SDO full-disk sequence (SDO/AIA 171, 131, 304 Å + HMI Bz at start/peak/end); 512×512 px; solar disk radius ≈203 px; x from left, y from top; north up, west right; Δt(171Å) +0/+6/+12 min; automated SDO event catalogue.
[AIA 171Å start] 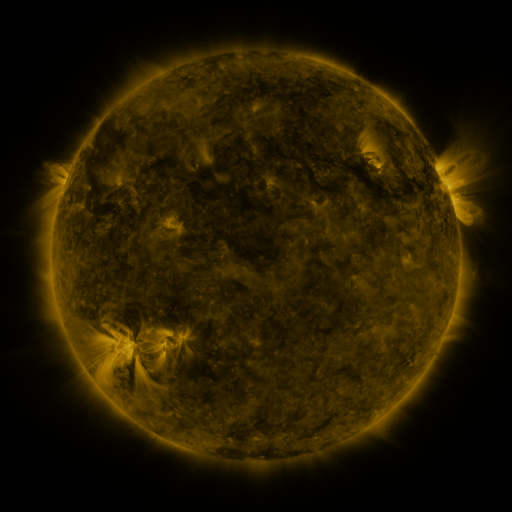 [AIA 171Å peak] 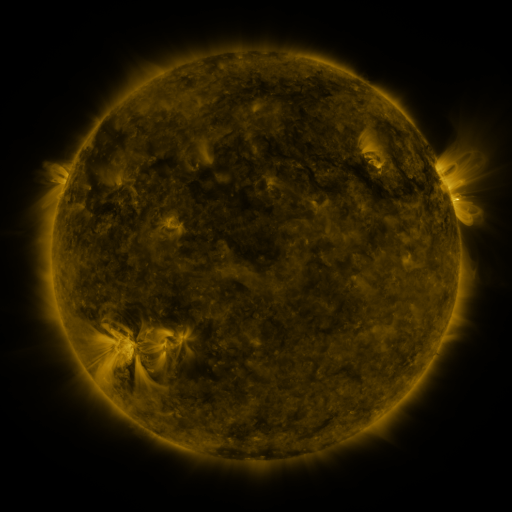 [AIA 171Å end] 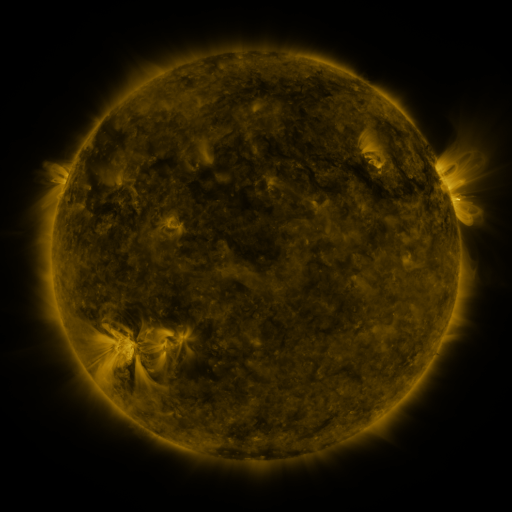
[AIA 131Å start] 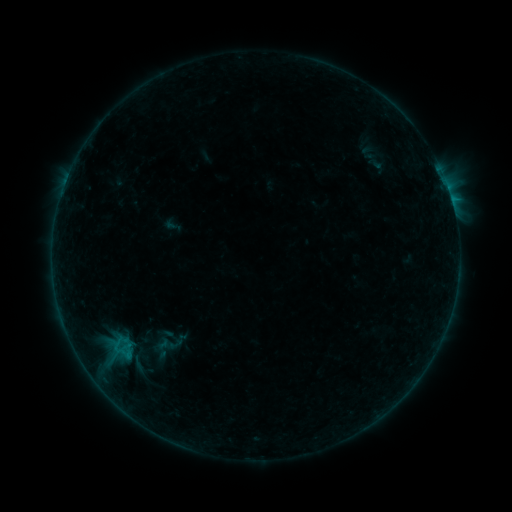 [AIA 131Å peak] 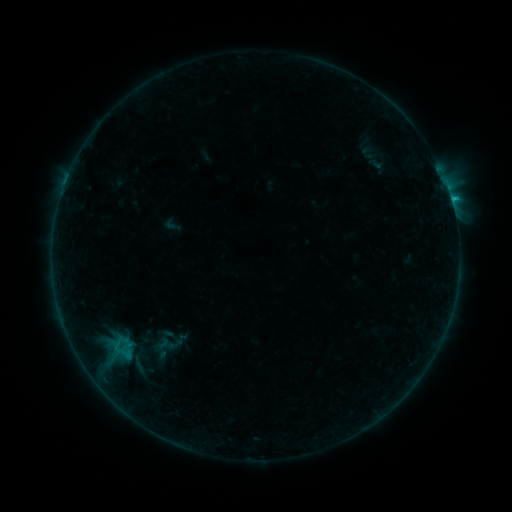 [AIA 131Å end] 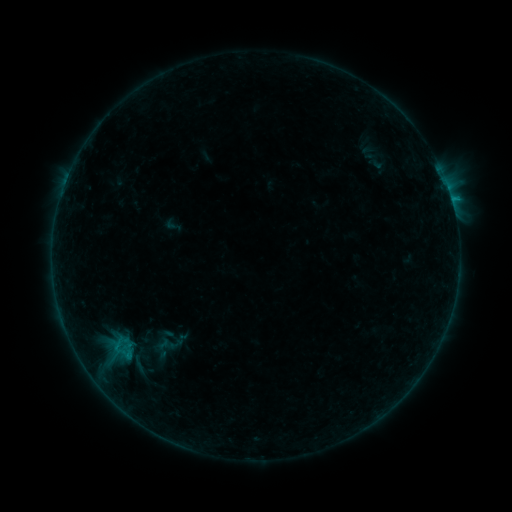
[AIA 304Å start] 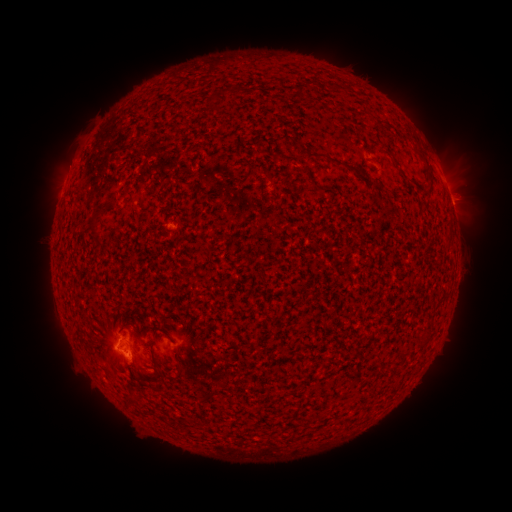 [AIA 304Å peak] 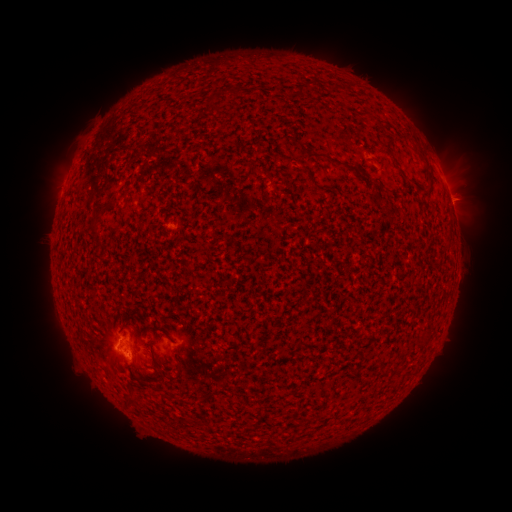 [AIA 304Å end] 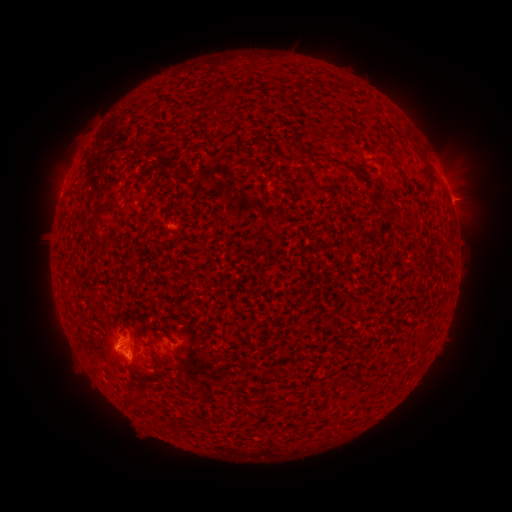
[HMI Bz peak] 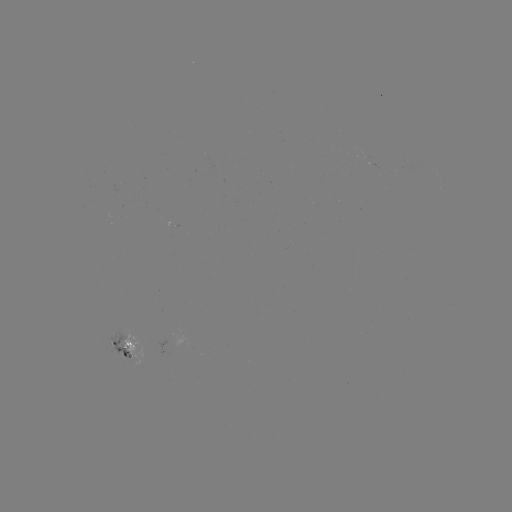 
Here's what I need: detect B5.7 flare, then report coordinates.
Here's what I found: B5.7 flare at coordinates (128, 362).